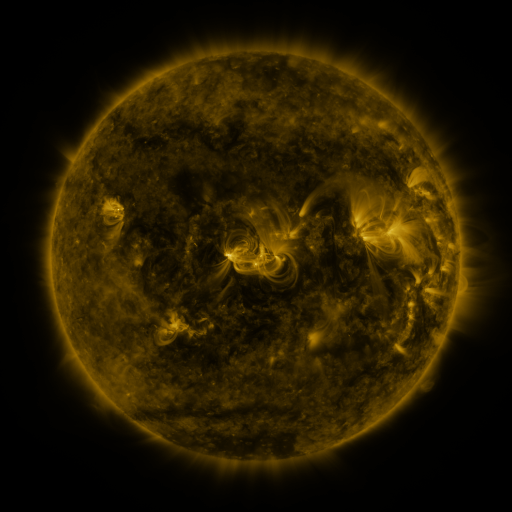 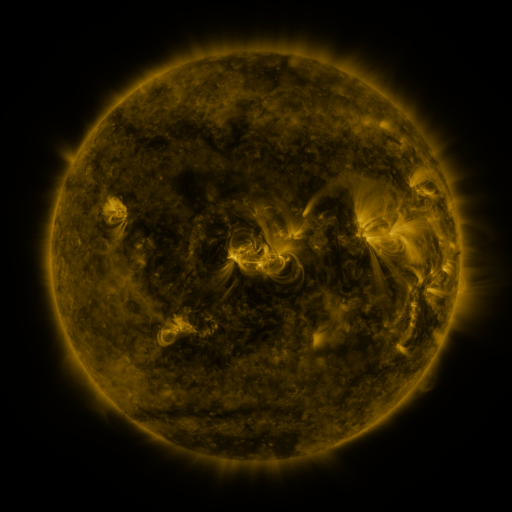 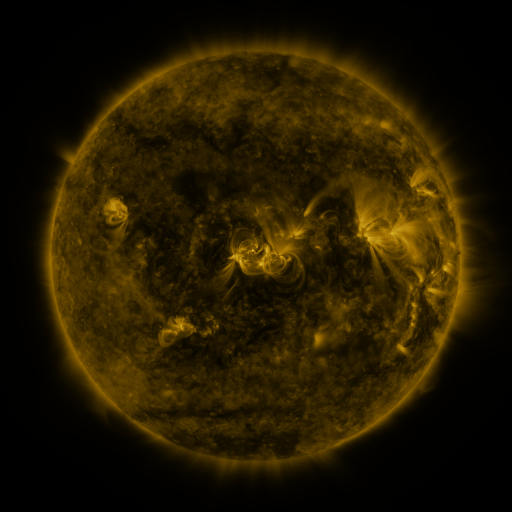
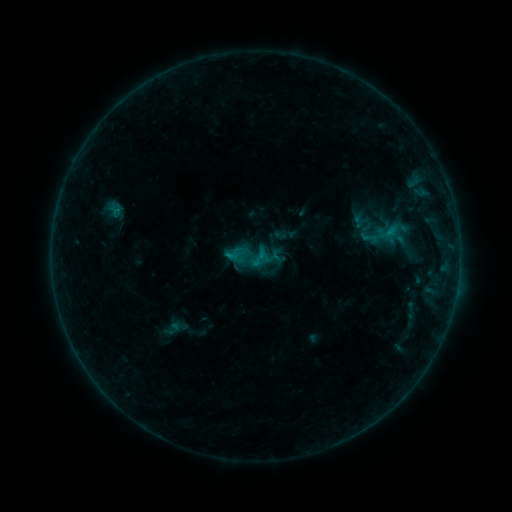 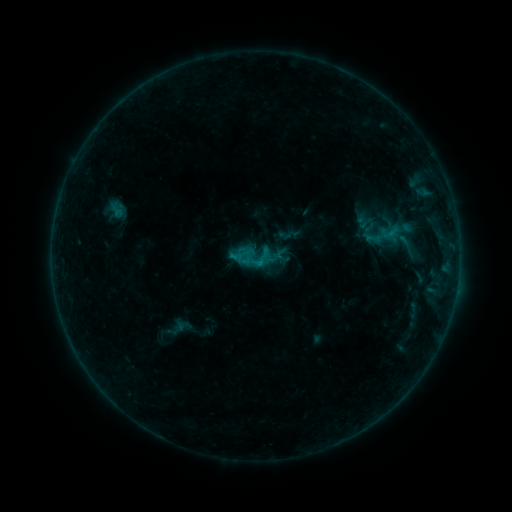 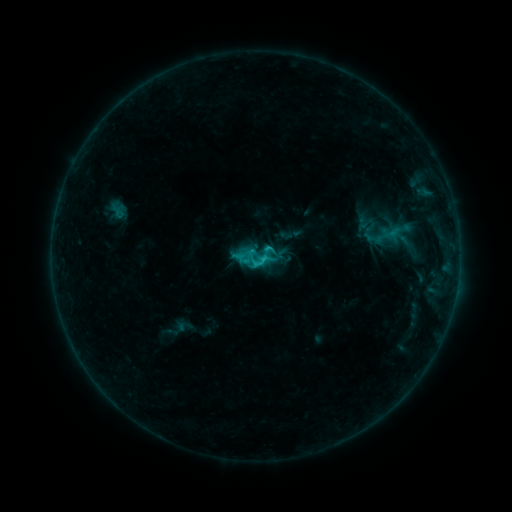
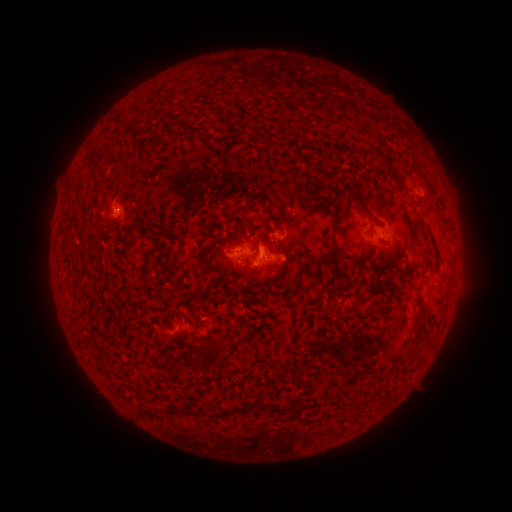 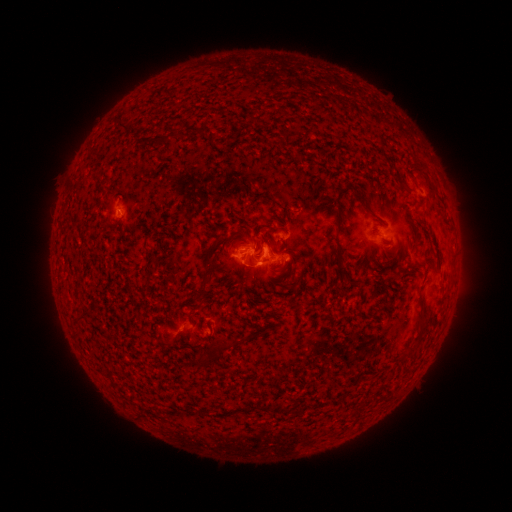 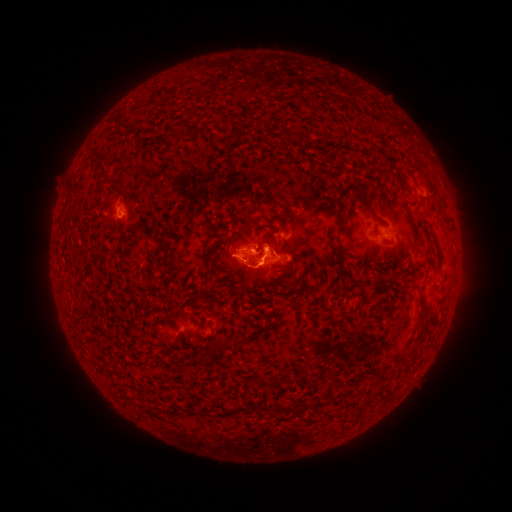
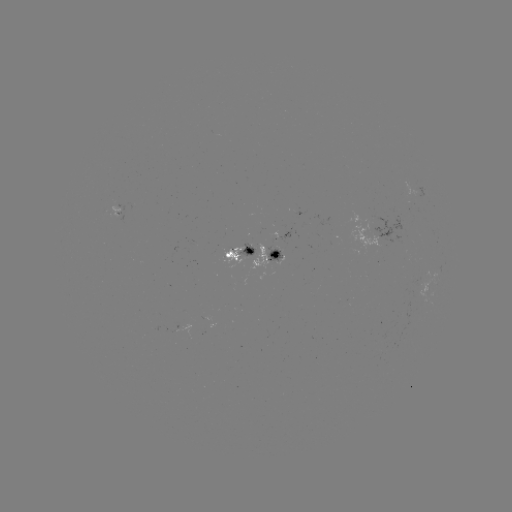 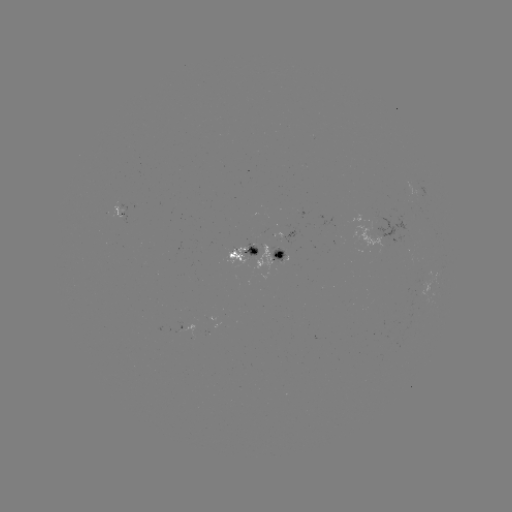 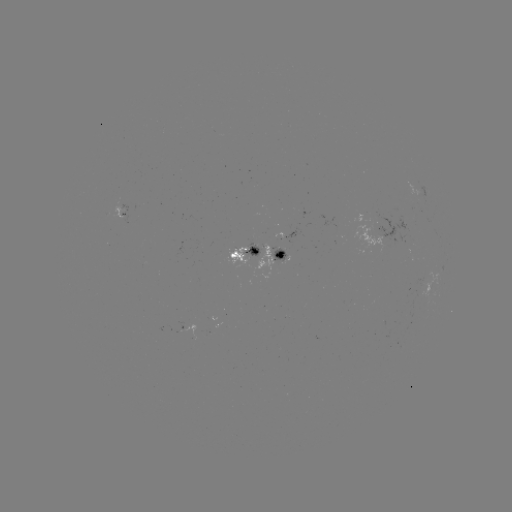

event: emerging-flux region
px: (256, 248)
